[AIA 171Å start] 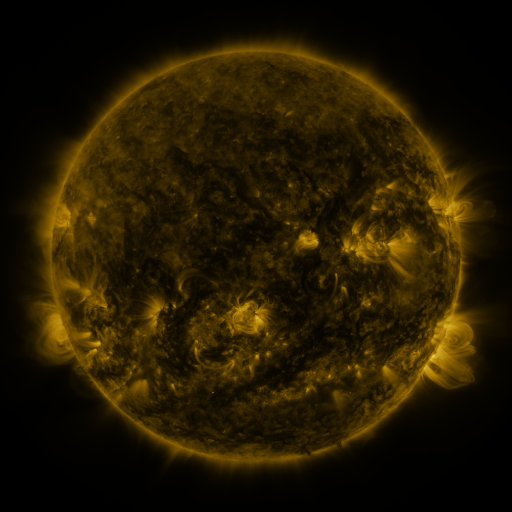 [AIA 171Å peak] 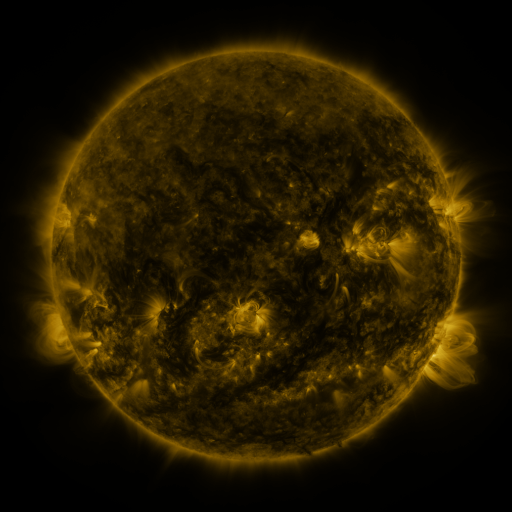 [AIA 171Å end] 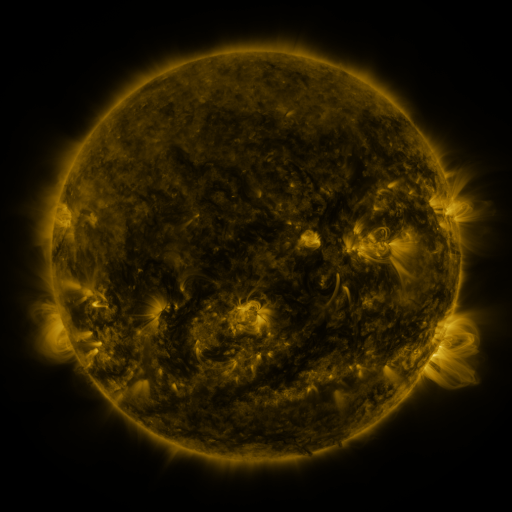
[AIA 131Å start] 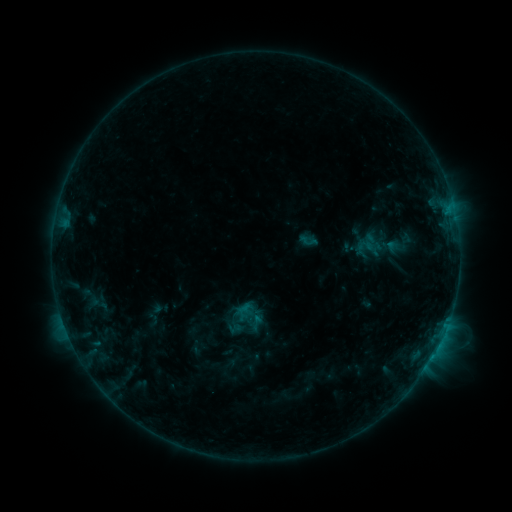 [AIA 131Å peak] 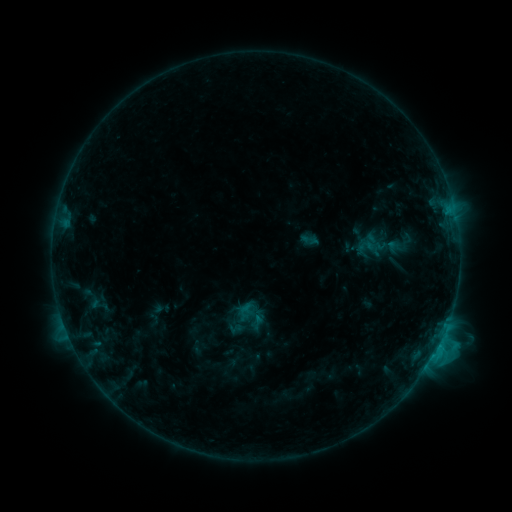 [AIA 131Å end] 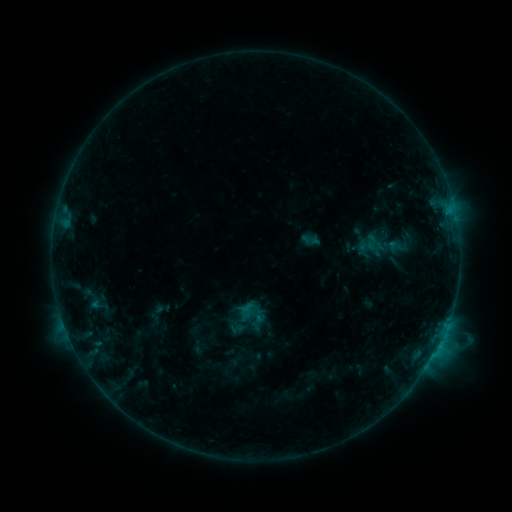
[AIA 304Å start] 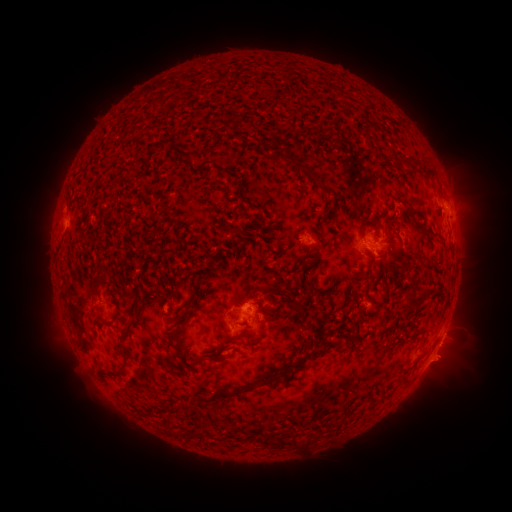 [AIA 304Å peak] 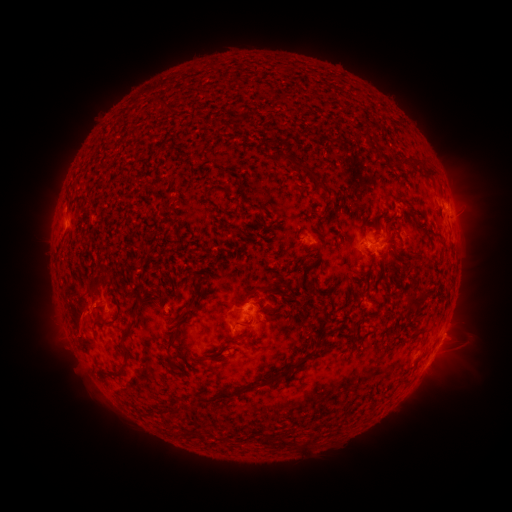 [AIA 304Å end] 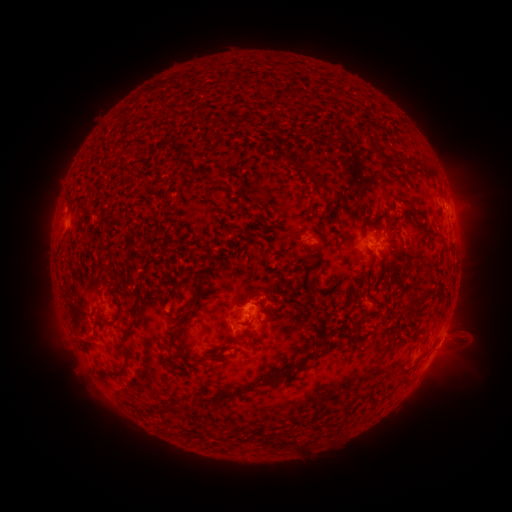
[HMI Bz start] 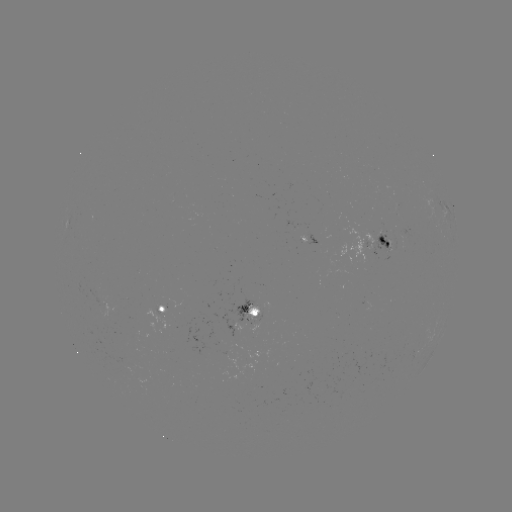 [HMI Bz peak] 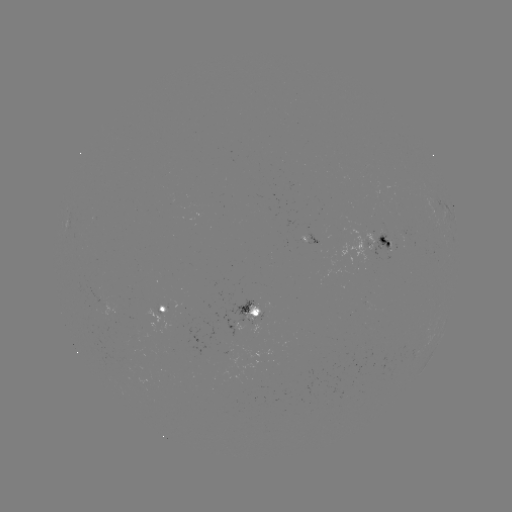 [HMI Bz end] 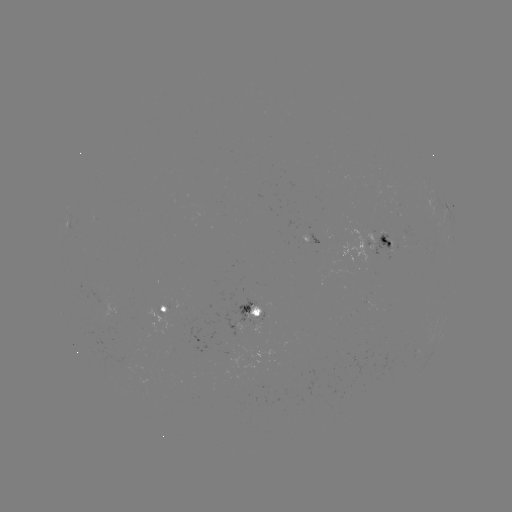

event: flare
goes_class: C1.1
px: (438, 345)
